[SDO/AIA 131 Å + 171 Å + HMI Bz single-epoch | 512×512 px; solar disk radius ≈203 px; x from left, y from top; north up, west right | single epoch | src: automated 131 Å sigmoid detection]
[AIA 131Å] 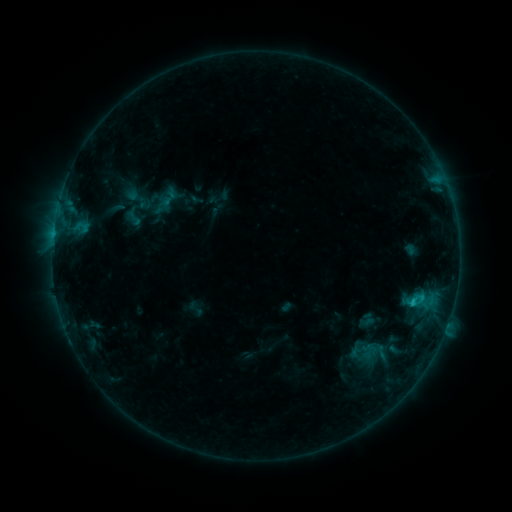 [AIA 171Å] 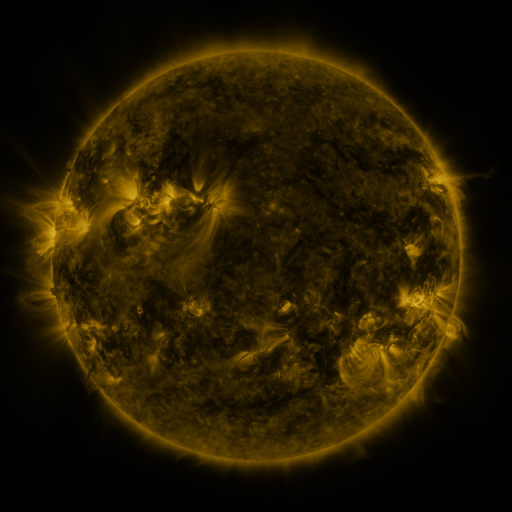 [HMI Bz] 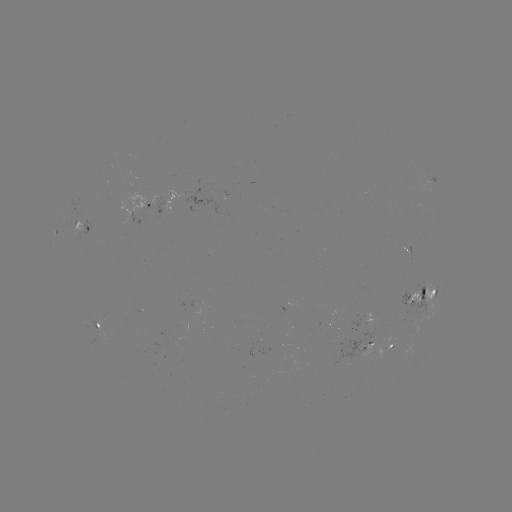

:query sigmoid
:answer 169,198